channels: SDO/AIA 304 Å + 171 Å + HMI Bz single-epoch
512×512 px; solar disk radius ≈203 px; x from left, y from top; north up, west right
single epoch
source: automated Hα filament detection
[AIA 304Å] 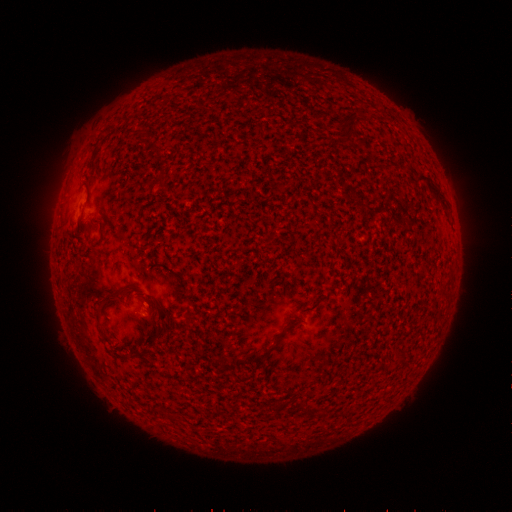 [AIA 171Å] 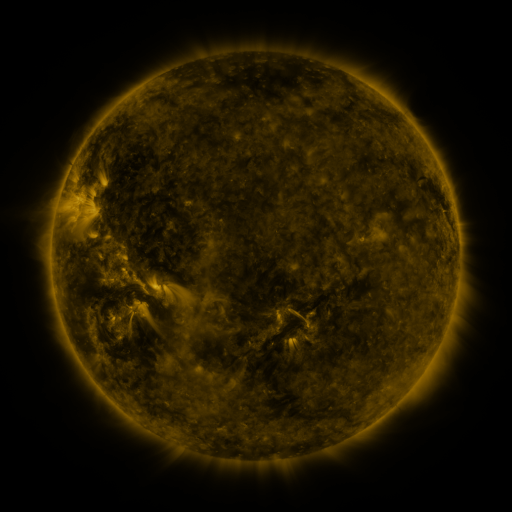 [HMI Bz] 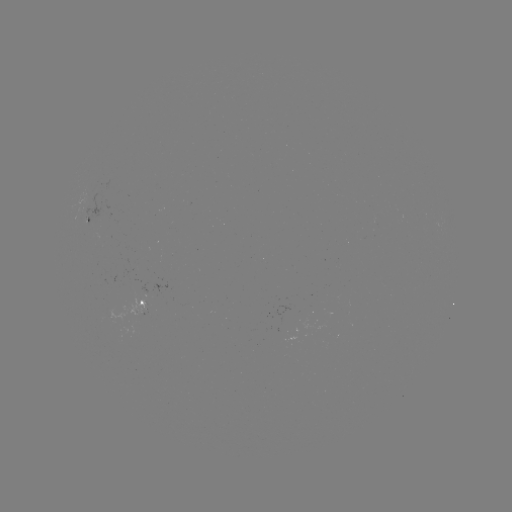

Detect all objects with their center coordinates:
filament: (414, 172, 446, 202)
filament: (94, 219, 104, 231)
filament: (85, 270, 120, 319)
filament: (138, 315, 156, 327)
filament: (95, 321, 115, 345)
filament: (242, 346, 274, 364)
filament: (297, 402, 316, 416)
